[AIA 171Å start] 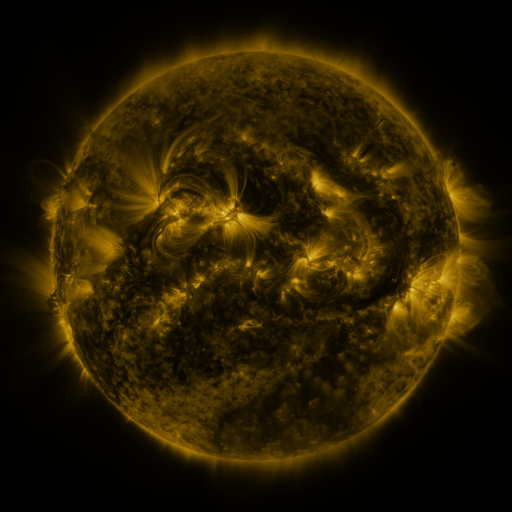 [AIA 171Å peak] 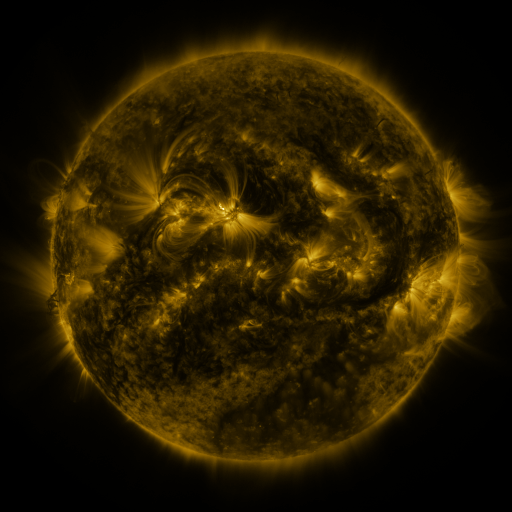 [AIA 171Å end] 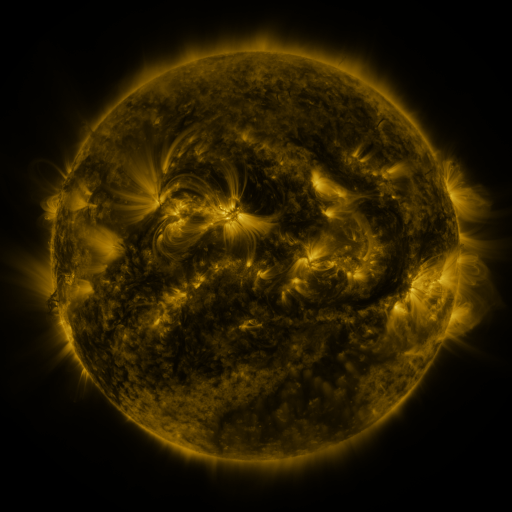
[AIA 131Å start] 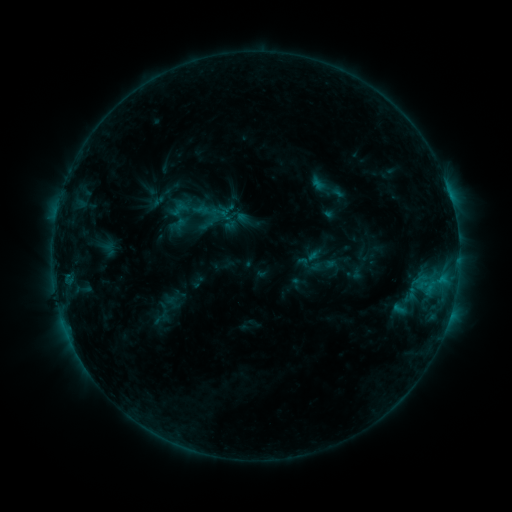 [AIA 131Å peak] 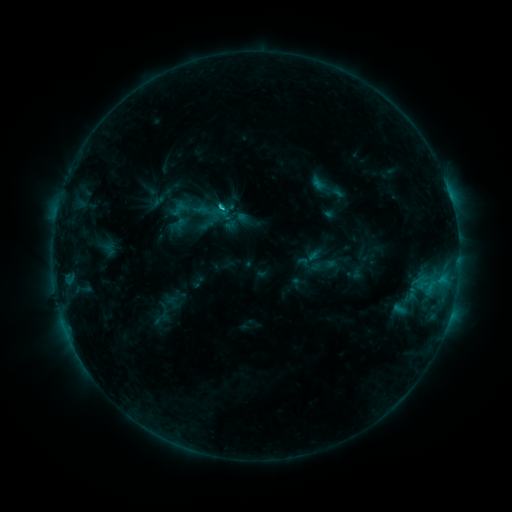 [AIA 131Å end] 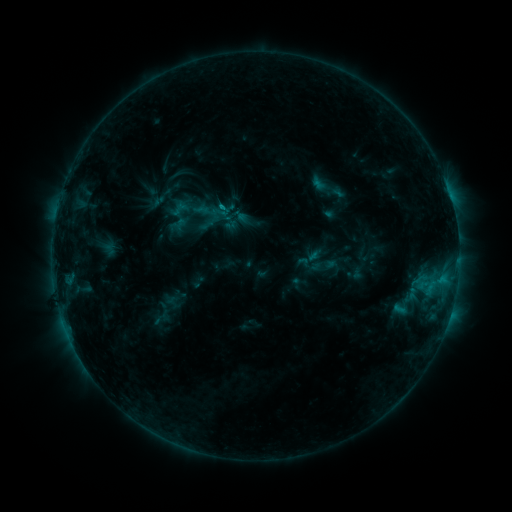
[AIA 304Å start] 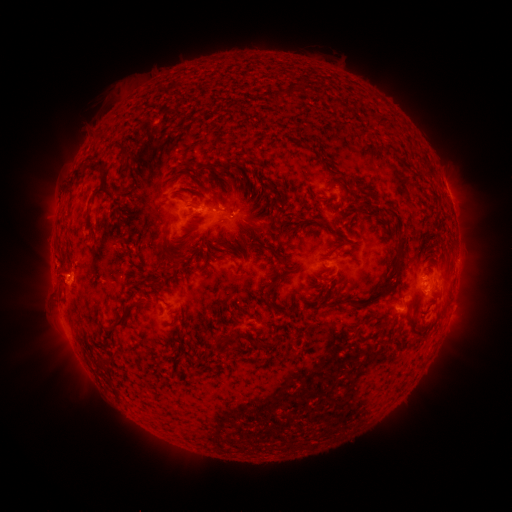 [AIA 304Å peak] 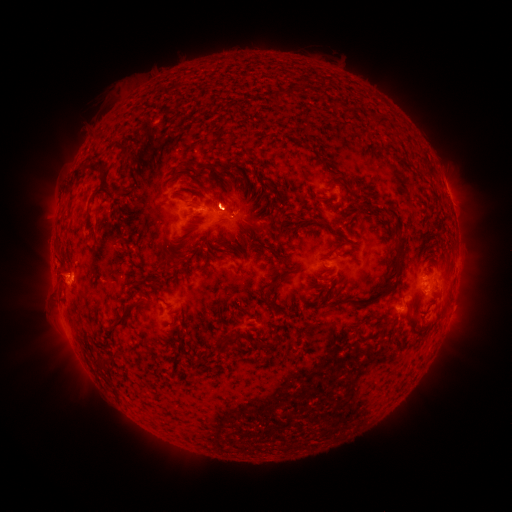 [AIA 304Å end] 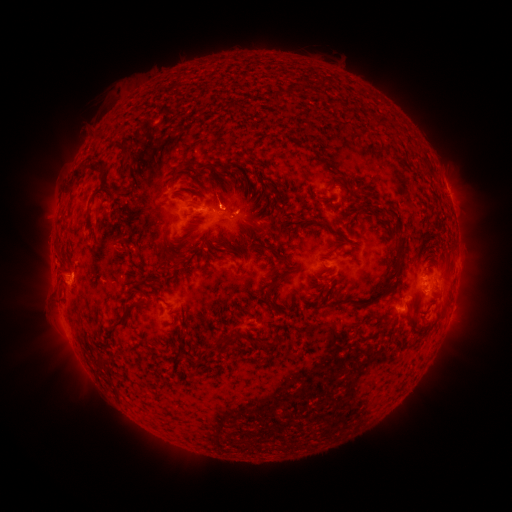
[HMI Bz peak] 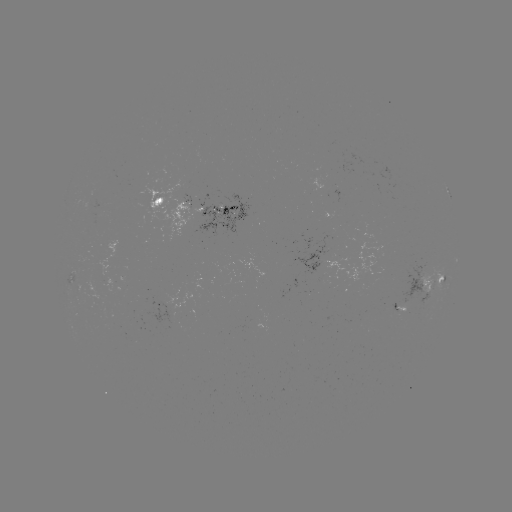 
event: eruption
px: (223, 195)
